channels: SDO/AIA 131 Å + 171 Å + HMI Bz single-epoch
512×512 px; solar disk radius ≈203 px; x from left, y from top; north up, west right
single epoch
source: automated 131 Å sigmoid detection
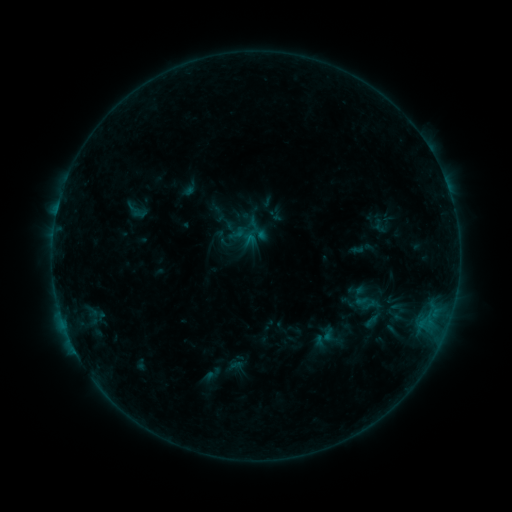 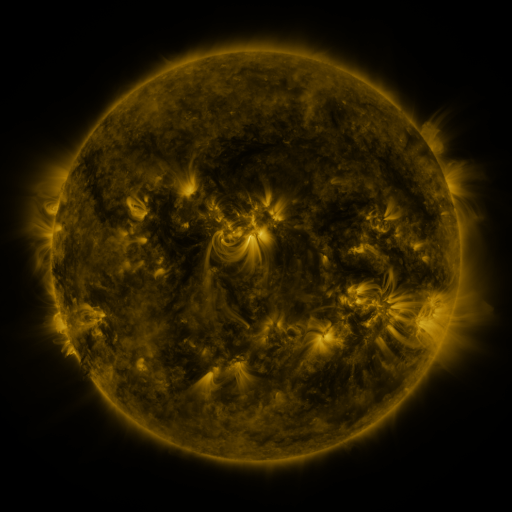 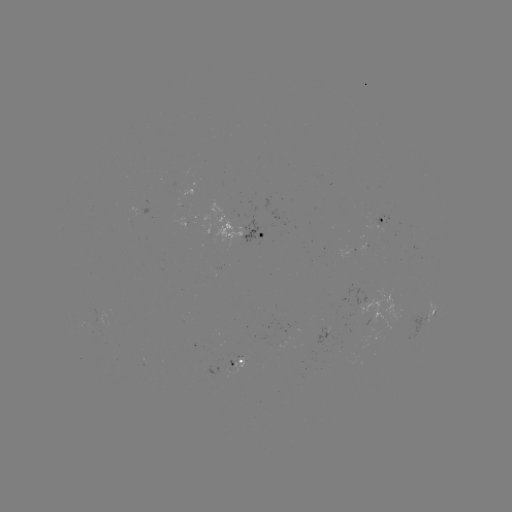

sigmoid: (347, 282, 382, 317)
